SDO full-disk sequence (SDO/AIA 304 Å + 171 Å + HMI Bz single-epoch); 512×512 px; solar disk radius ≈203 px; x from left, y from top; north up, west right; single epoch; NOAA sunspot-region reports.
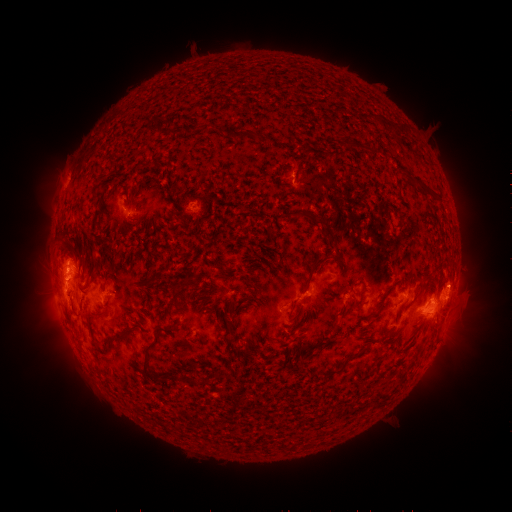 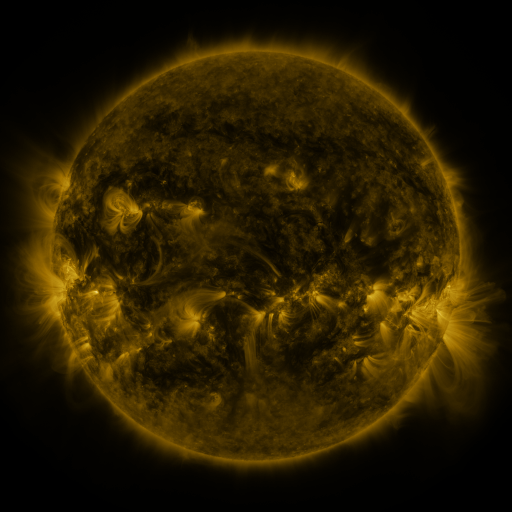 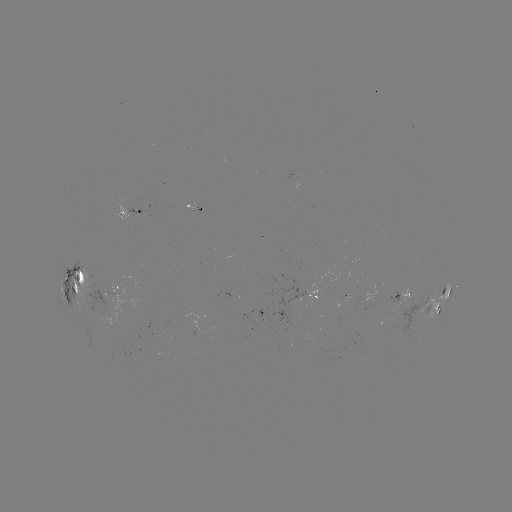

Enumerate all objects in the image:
spotted active region: (194, 202)
spotted active region: (135, 211)
spotted active region: (74, 279)
spotted active region: (114, 286)
spotted active region: (310, 294)
spotted active region: (403, 294)
spotted active region: (446, 294)
spotted active region: (427, 310)
